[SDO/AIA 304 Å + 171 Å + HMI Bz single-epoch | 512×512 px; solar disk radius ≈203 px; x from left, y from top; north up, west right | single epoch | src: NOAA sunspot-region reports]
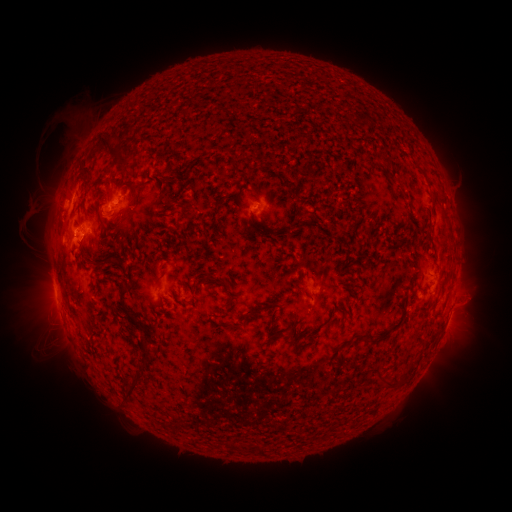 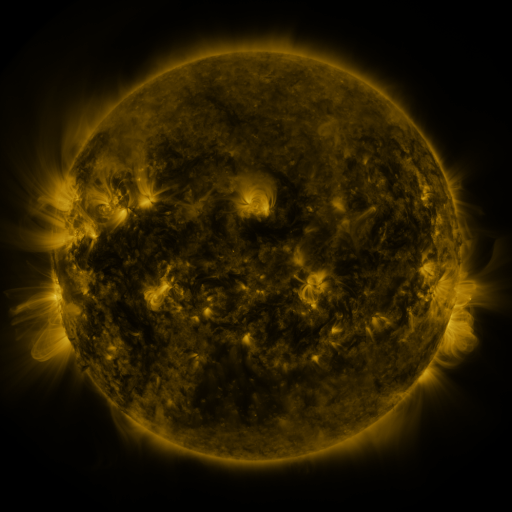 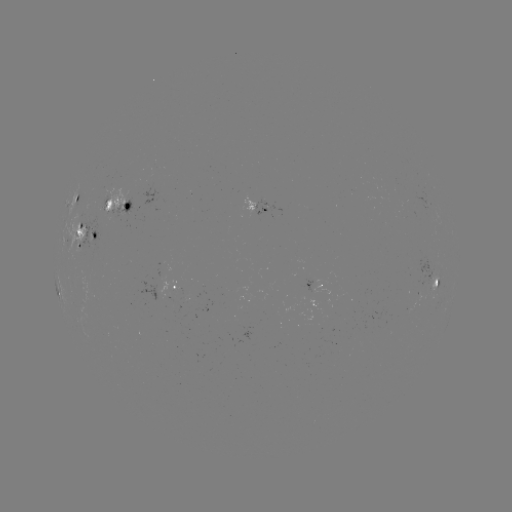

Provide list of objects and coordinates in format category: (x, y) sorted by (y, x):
spotted active region: (77, 198)
spotted active region: (130, 207)
spotted active region: (430, 207)
spotted active region: (263, 208)
spotted active region: (87, 234)
spotted active region: (434, 275)
spotted active region: (178, 287)
spotted active region: (324, 287)
